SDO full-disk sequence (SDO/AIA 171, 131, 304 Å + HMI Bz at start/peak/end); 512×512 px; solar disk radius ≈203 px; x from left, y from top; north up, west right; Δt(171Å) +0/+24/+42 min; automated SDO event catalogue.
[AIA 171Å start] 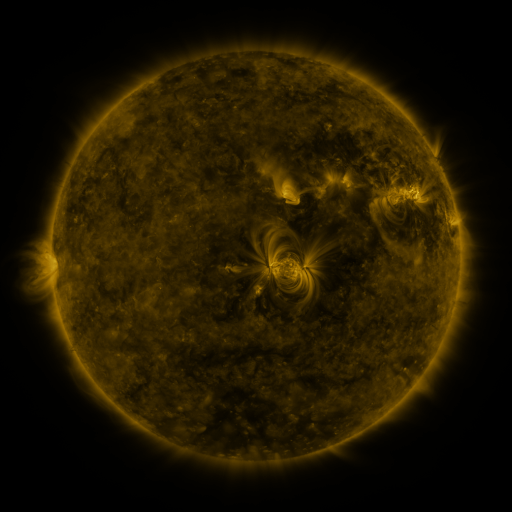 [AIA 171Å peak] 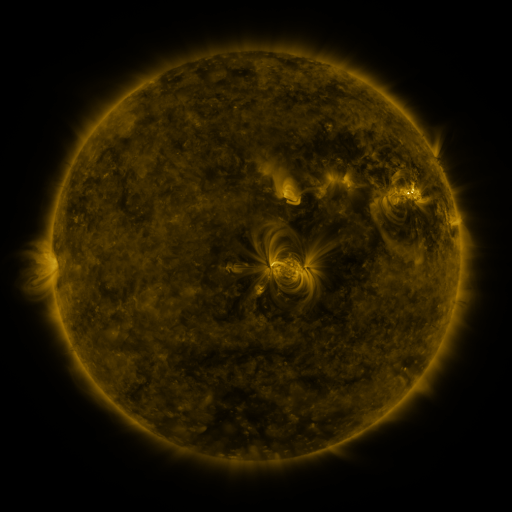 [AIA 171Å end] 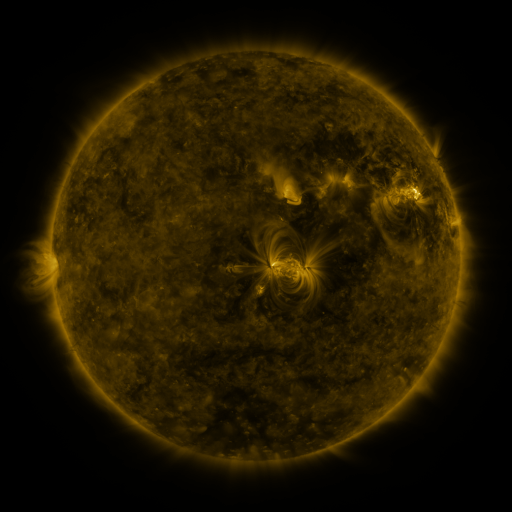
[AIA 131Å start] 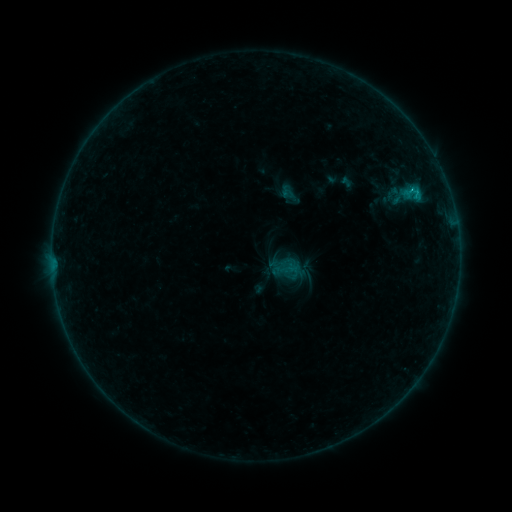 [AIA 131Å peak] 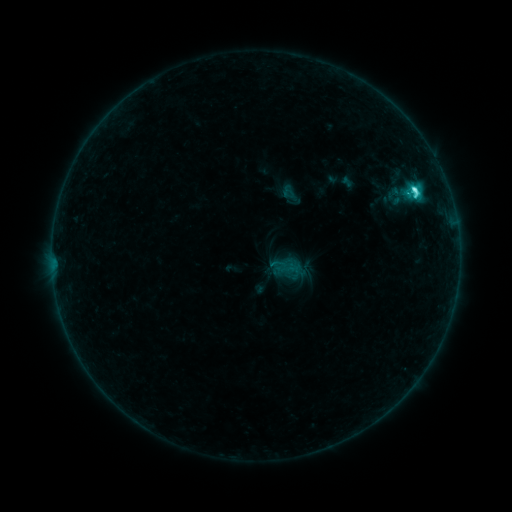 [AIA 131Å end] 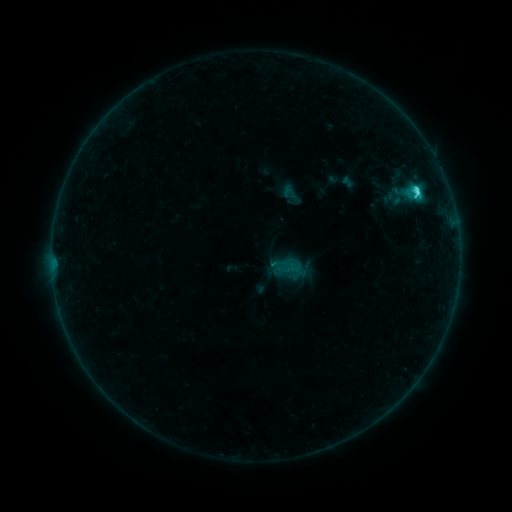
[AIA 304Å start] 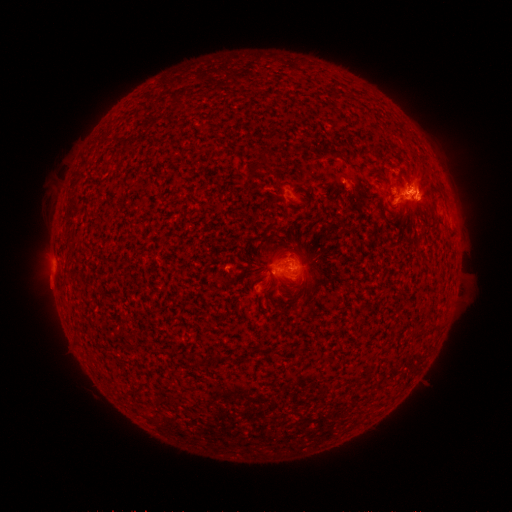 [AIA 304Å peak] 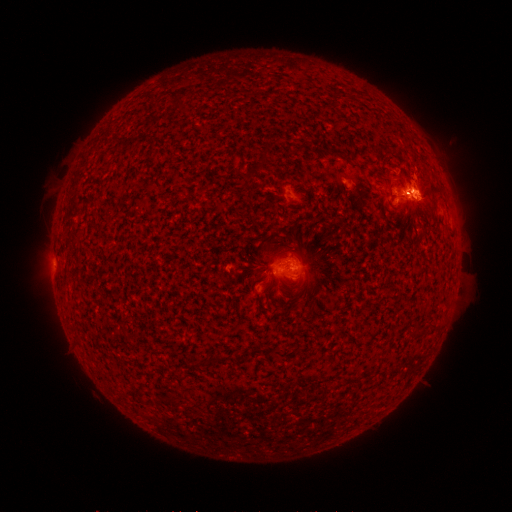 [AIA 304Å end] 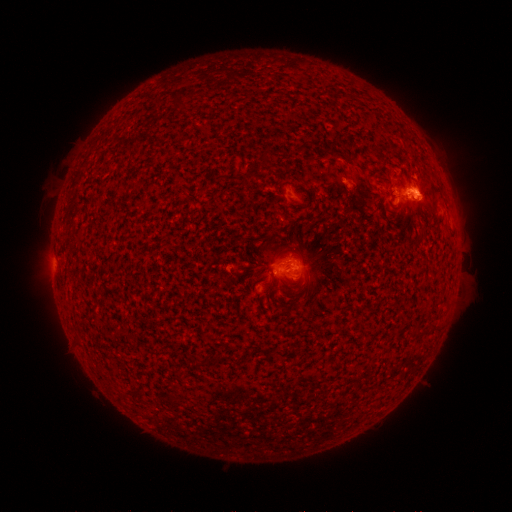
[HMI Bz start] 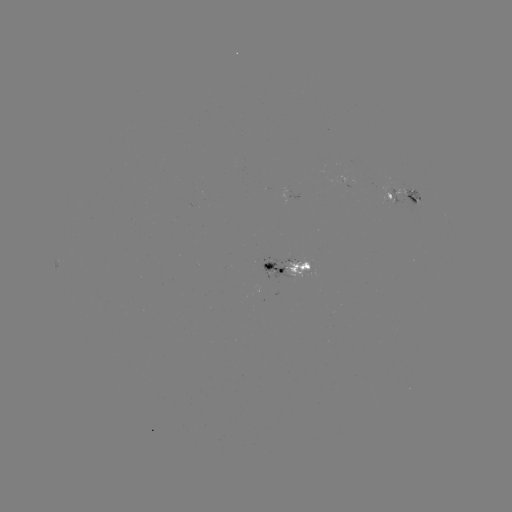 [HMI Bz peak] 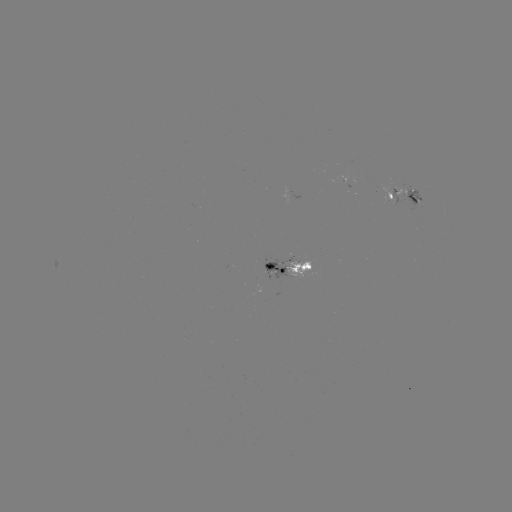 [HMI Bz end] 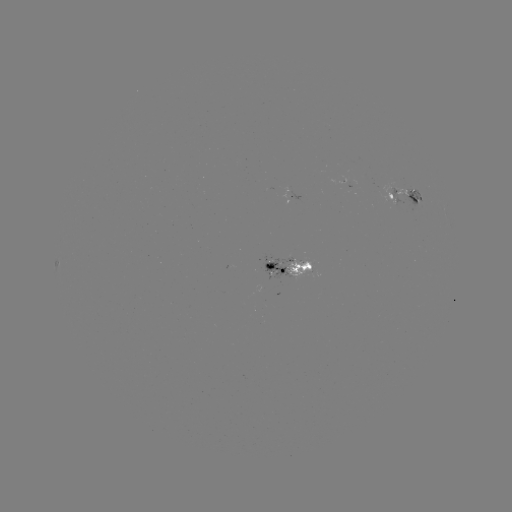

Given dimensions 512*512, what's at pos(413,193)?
C3.7 flare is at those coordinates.